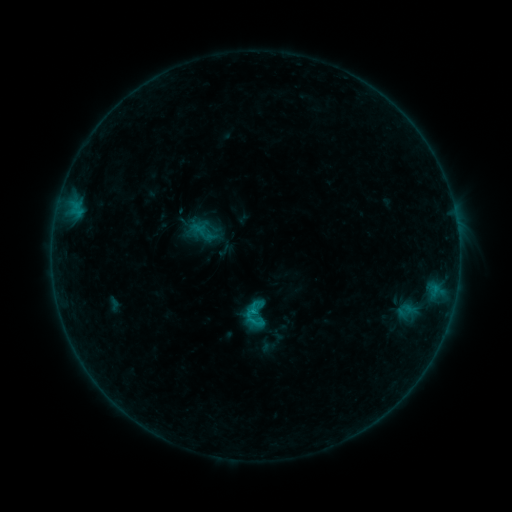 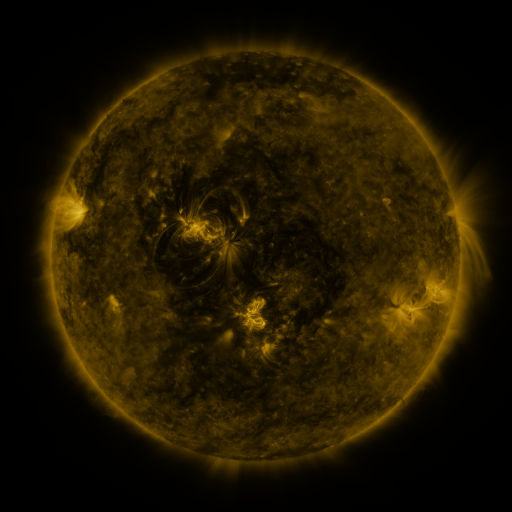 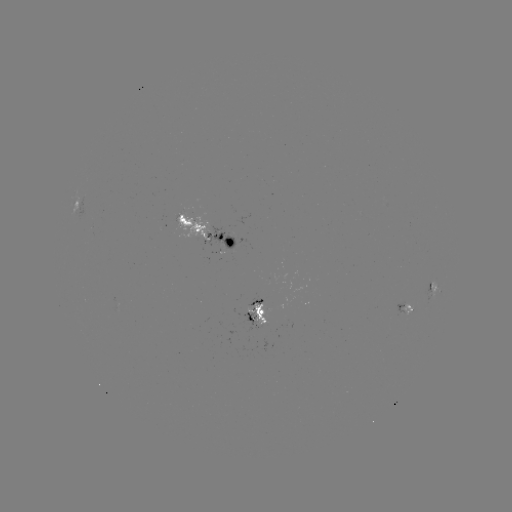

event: sigmoid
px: (256, 322)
